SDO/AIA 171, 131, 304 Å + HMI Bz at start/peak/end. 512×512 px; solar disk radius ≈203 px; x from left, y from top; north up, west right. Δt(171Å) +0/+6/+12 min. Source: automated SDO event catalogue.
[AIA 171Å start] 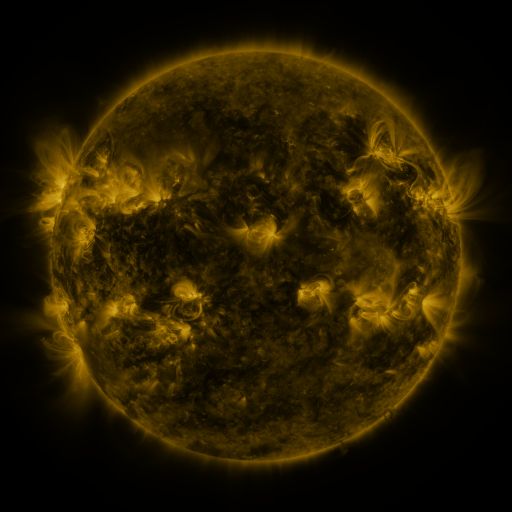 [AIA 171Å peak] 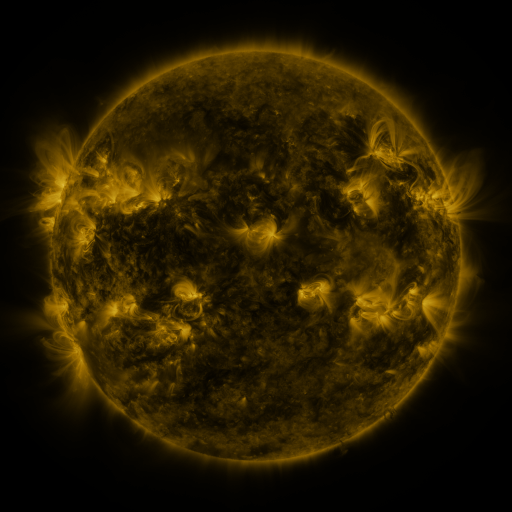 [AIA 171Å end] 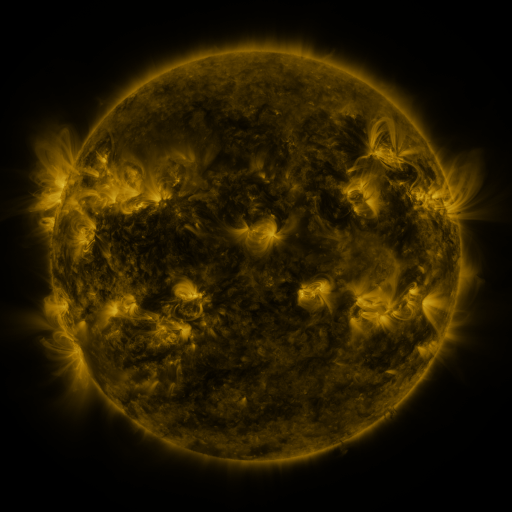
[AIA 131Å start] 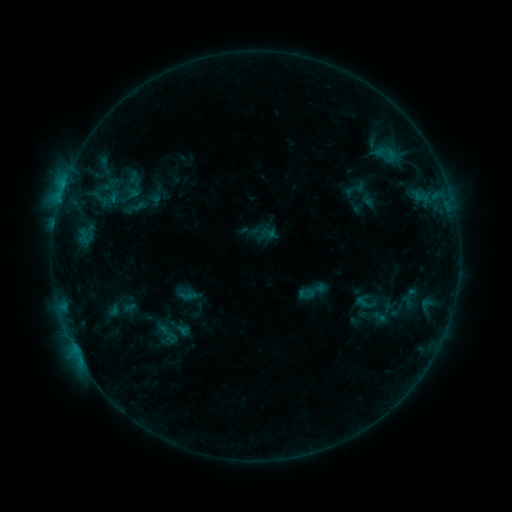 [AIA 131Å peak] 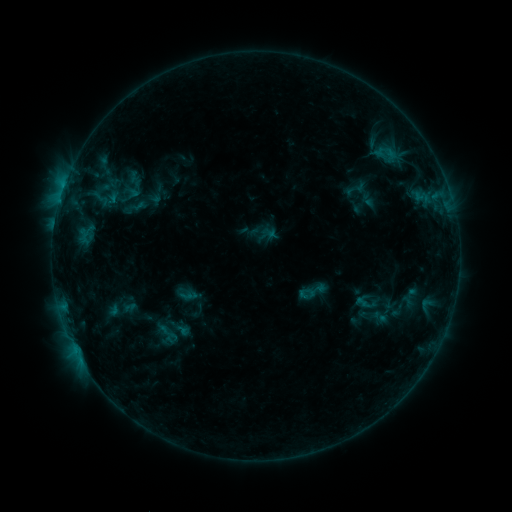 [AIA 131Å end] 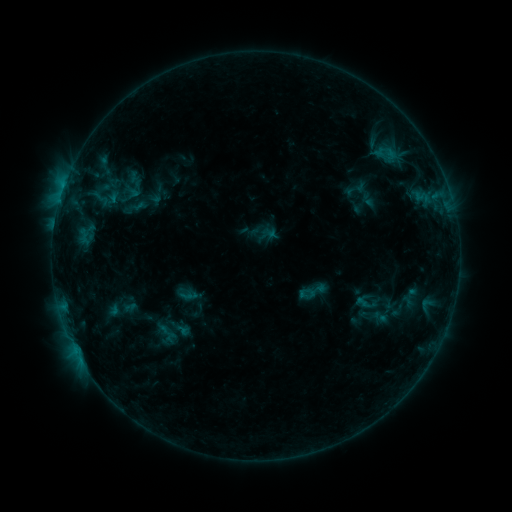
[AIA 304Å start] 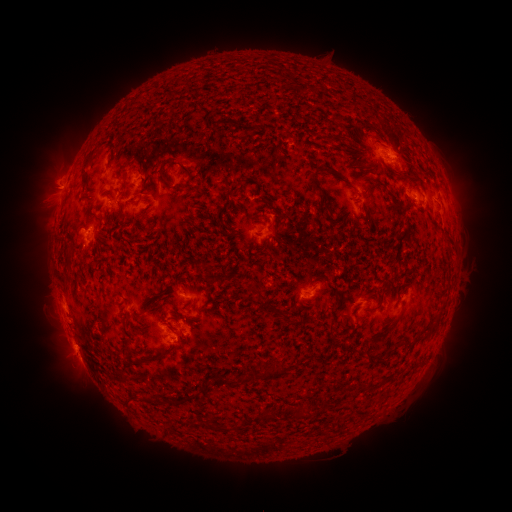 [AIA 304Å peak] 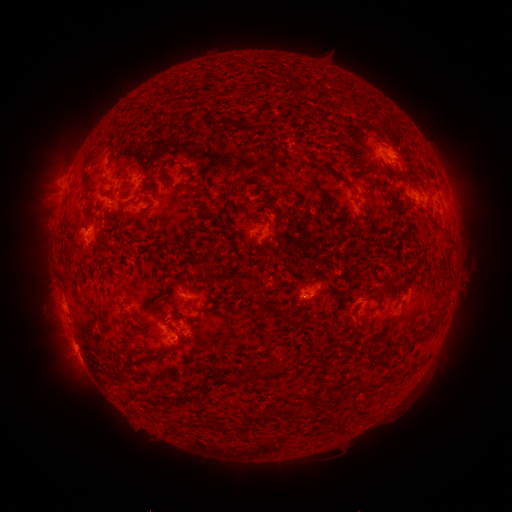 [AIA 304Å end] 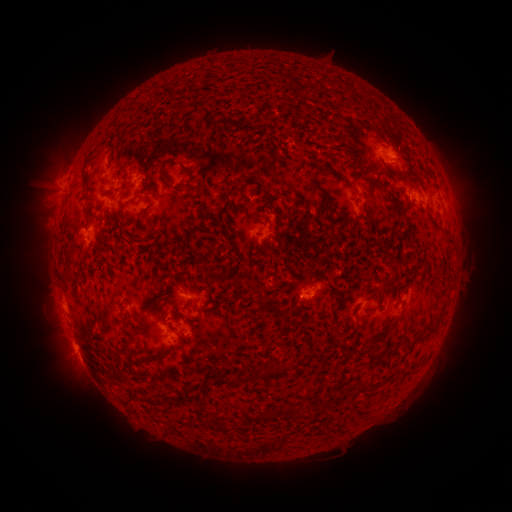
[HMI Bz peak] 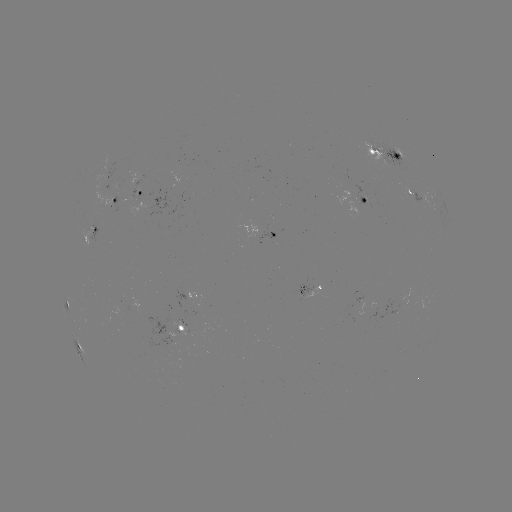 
no catalogued flare and no flagged EUV brightening in this window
